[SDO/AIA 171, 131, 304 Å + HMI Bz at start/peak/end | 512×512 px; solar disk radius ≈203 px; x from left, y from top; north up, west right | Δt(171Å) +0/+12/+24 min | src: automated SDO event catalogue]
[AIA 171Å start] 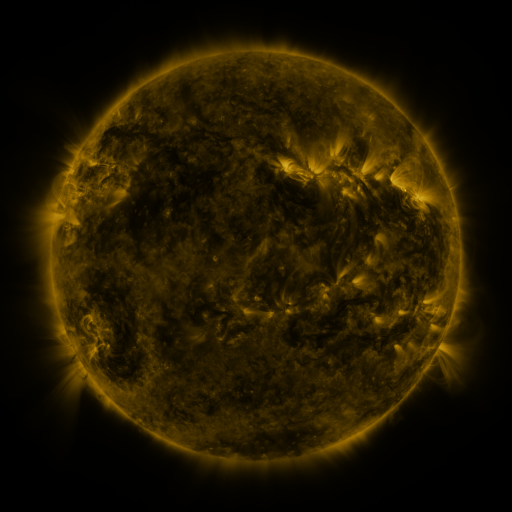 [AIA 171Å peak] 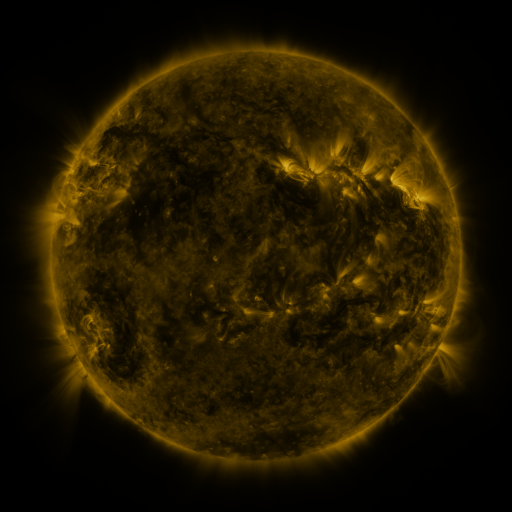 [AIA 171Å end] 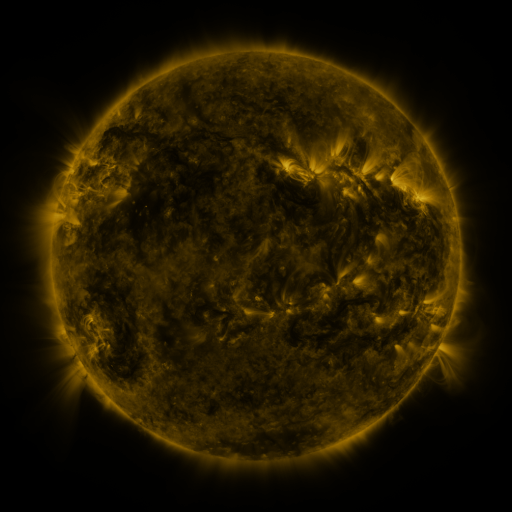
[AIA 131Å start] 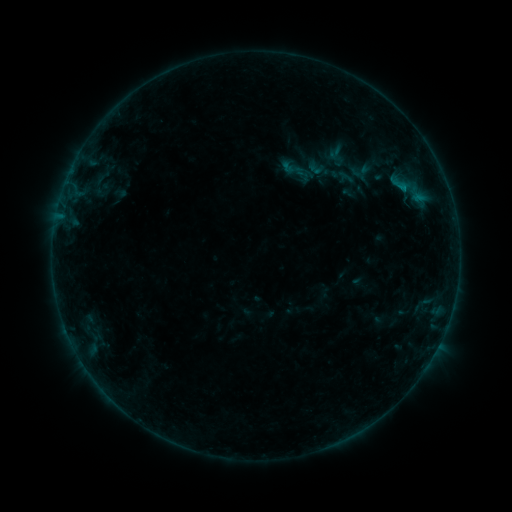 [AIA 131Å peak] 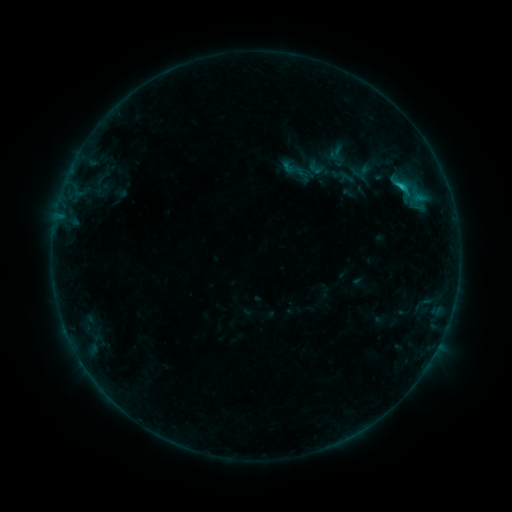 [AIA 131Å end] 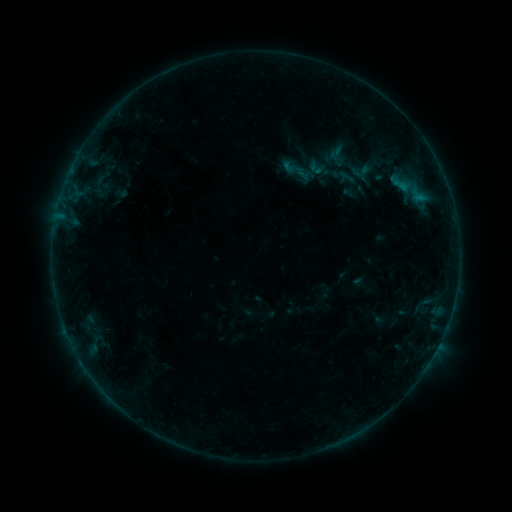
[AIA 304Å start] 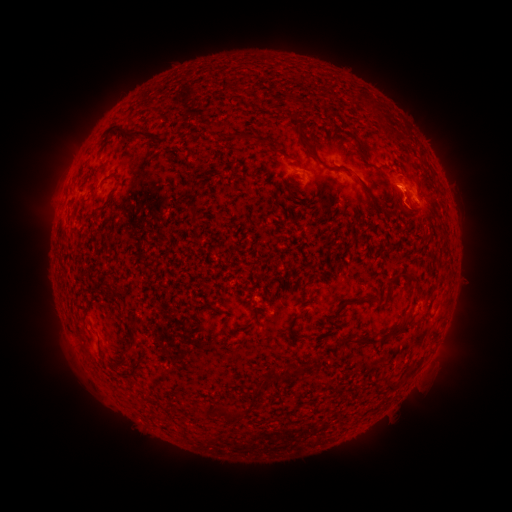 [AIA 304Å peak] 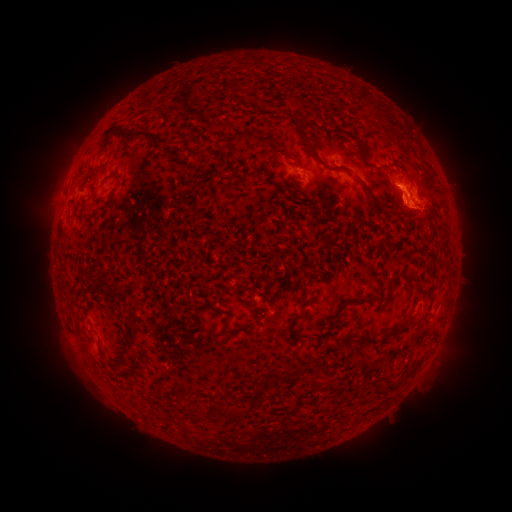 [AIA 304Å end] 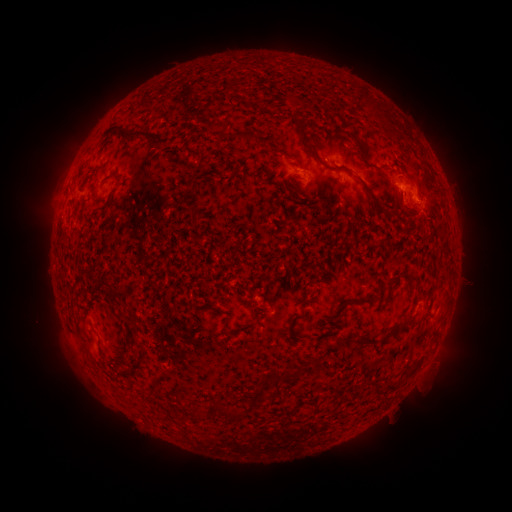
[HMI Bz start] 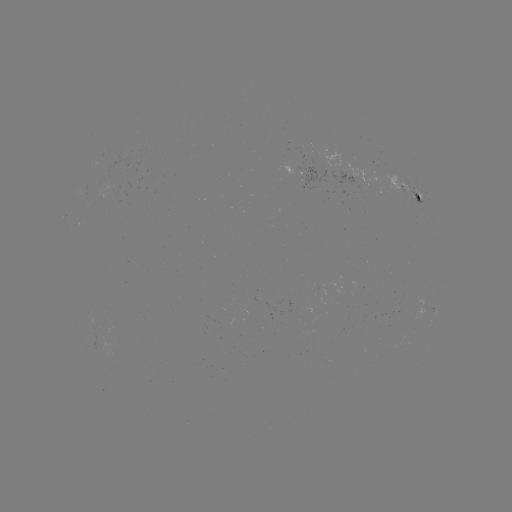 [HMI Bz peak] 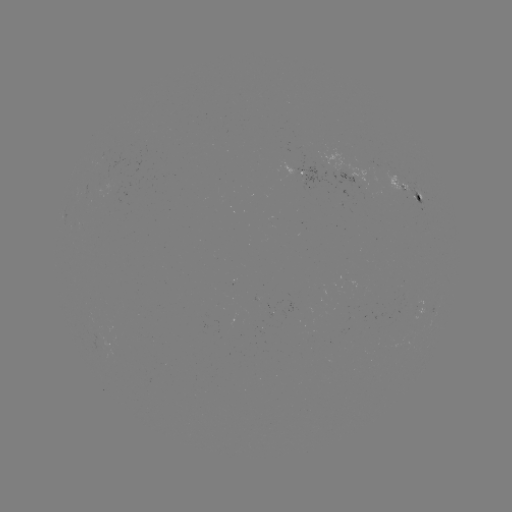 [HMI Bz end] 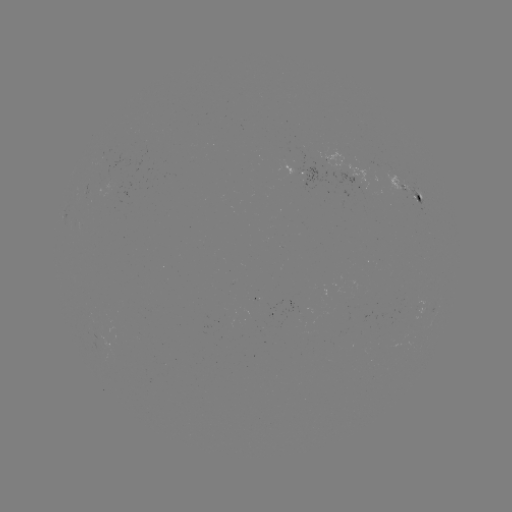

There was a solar eruption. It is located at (420, 207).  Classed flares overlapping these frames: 2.